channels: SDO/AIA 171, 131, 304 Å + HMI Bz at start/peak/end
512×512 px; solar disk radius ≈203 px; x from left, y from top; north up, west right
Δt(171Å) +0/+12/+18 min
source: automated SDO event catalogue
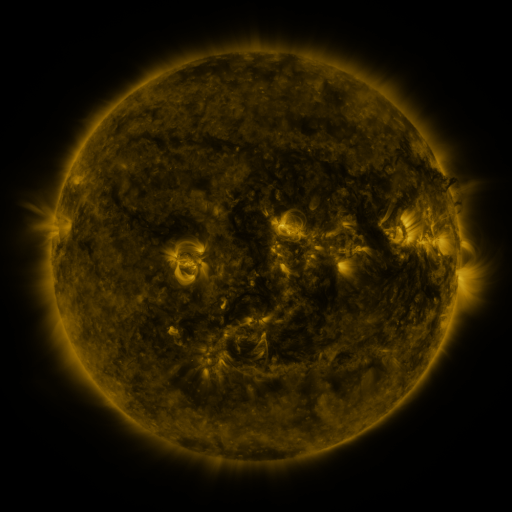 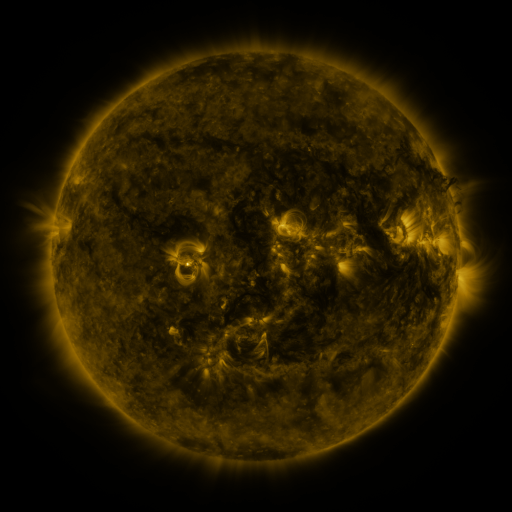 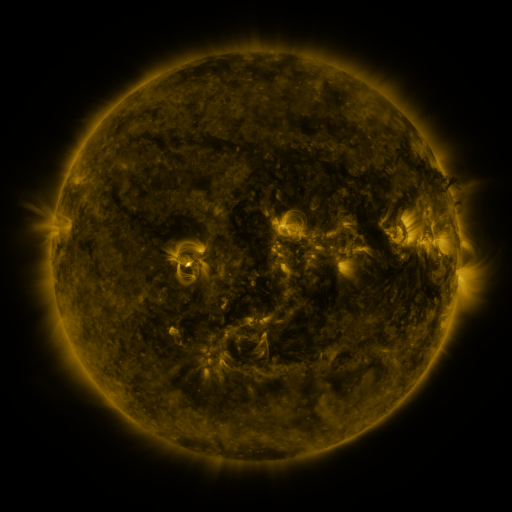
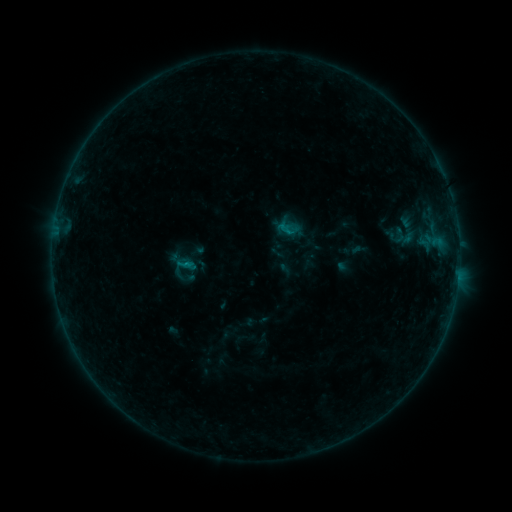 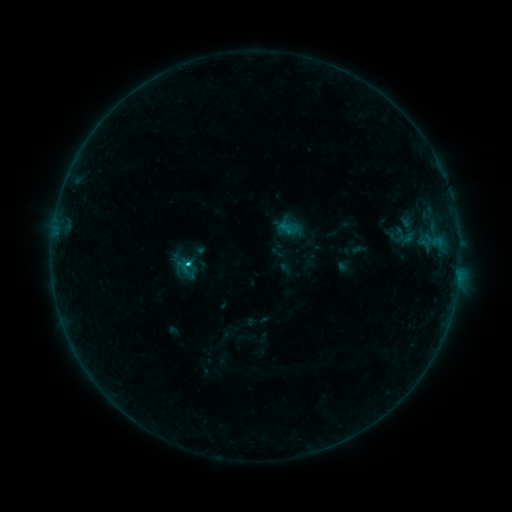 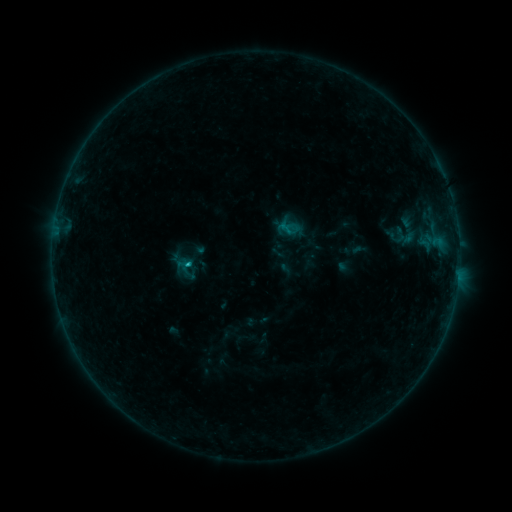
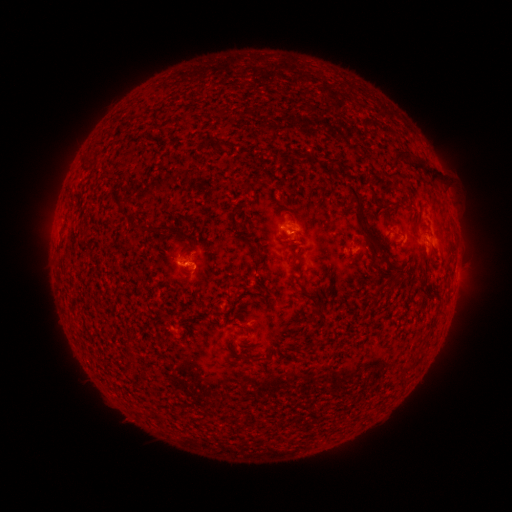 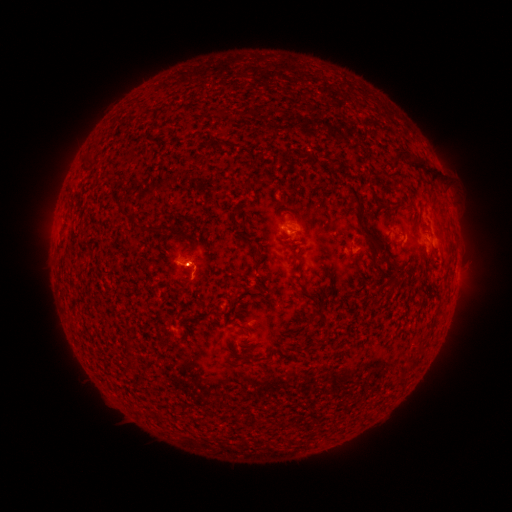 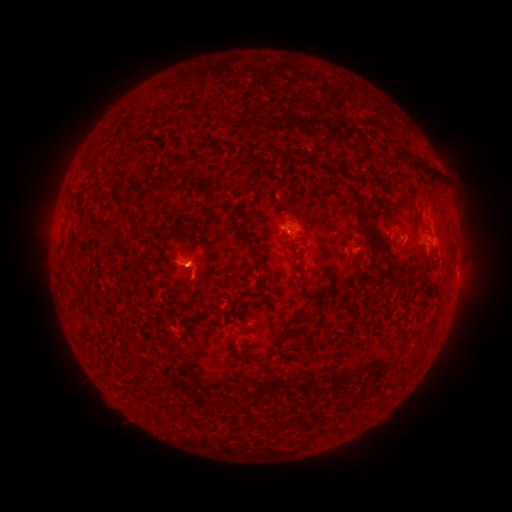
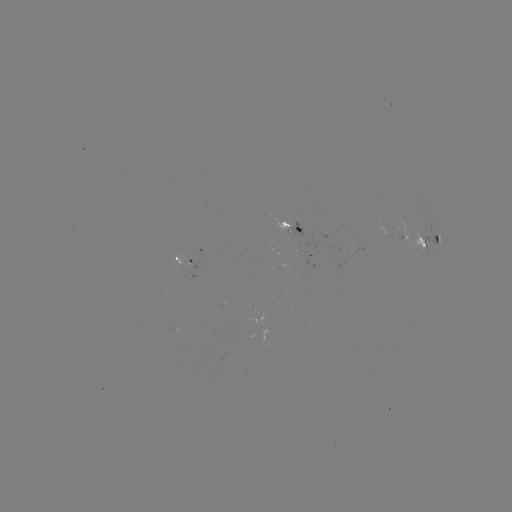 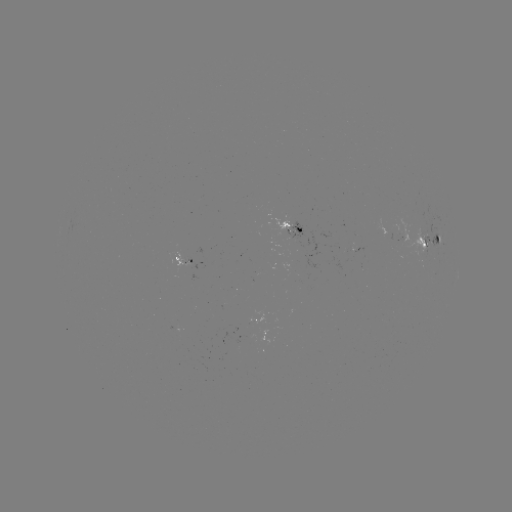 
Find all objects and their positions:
B9.6 flare: (189, 266)
